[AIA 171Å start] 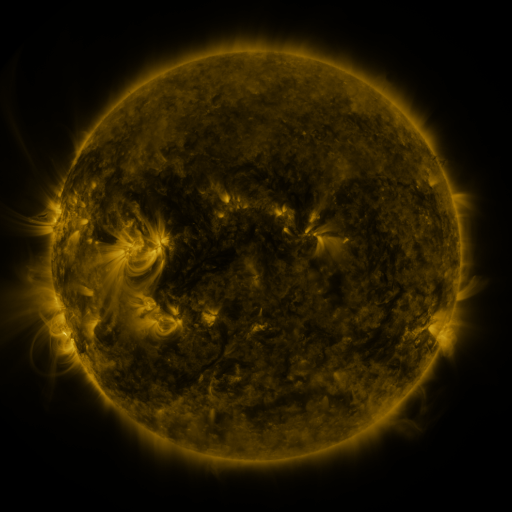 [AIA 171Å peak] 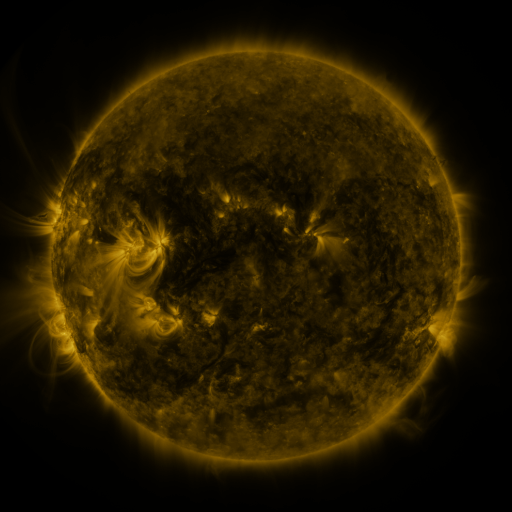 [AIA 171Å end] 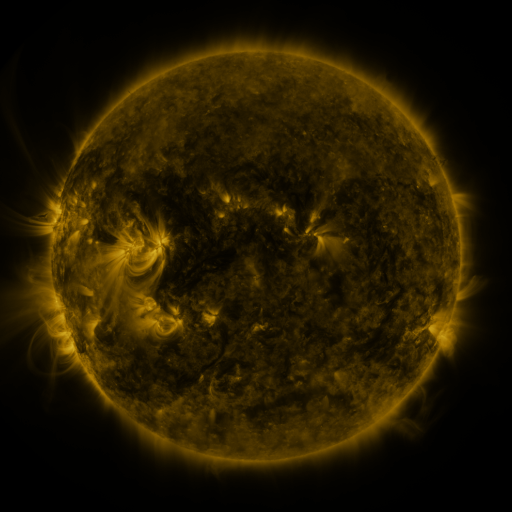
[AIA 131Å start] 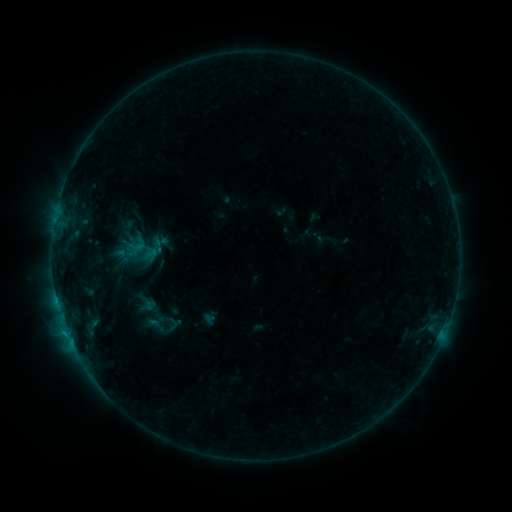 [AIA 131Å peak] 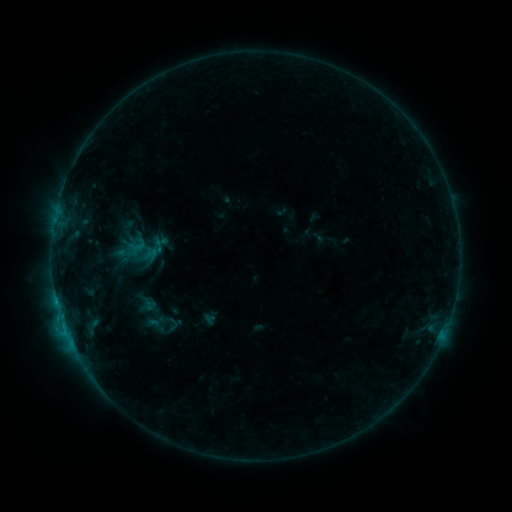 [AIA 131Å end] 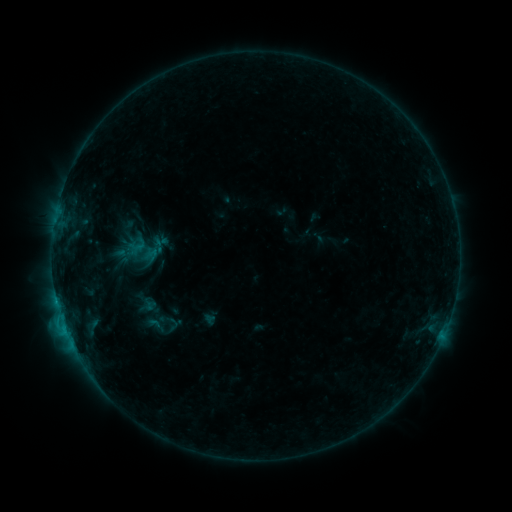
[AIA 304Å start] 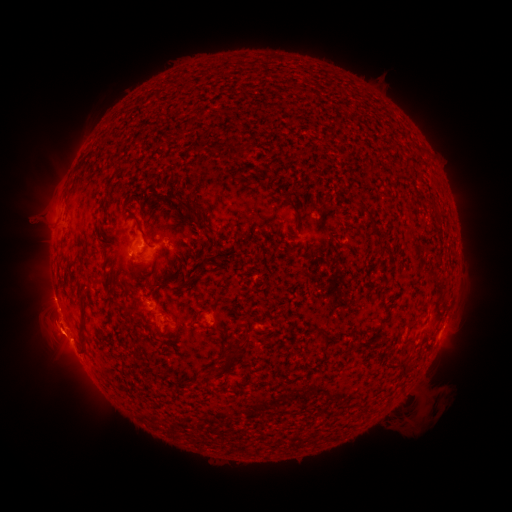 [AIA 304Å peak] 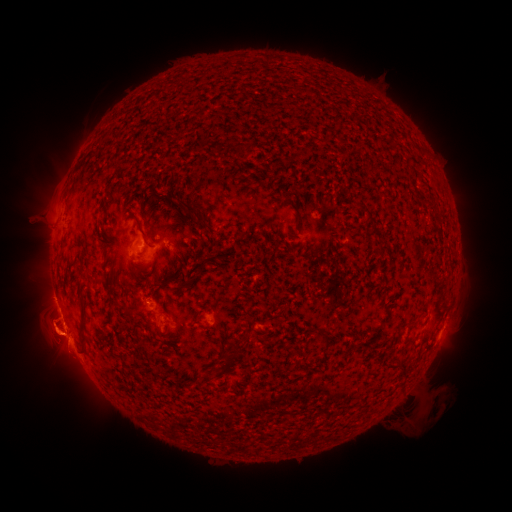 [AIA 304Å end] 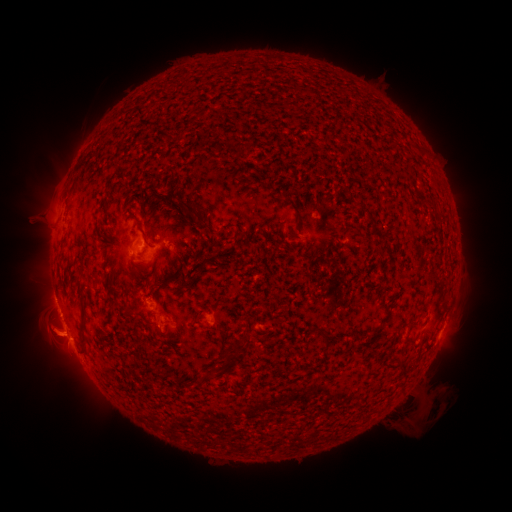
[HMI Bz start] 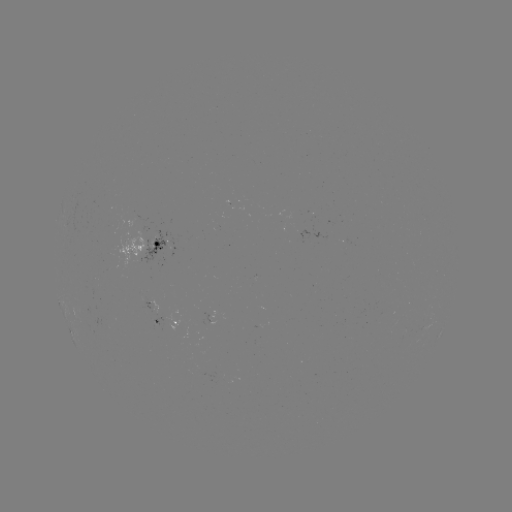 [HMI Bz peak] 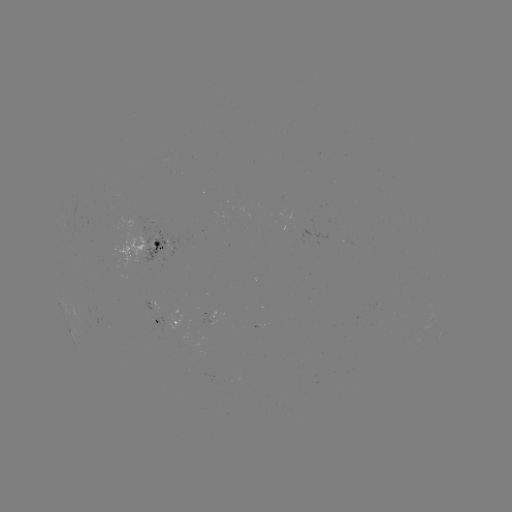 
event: eruption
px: (53, 337)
